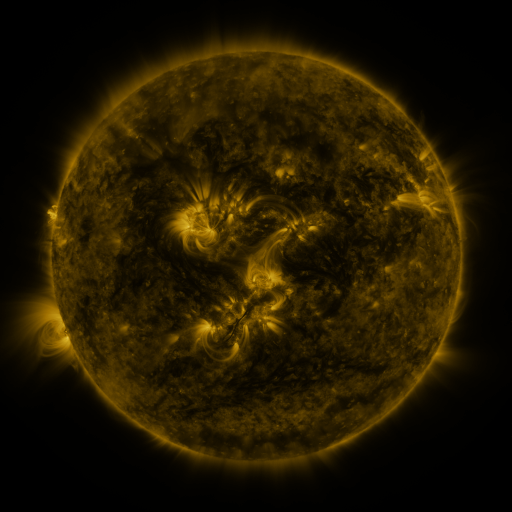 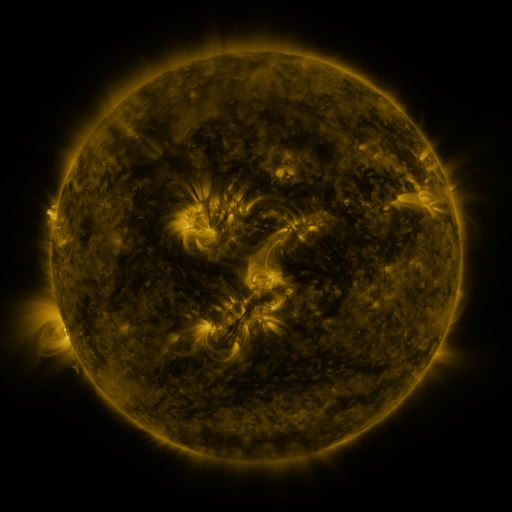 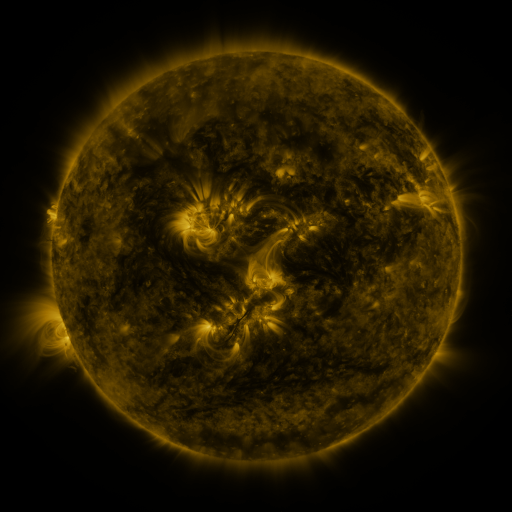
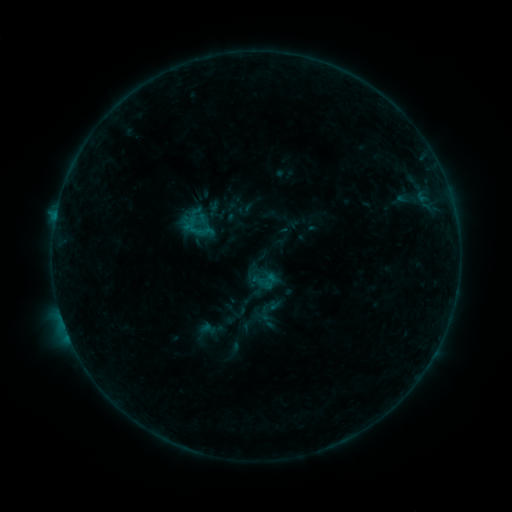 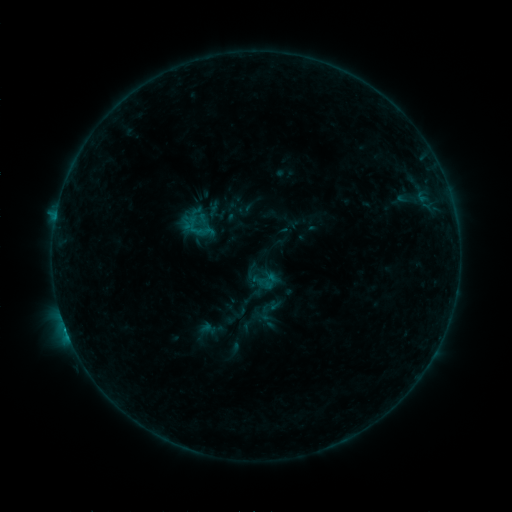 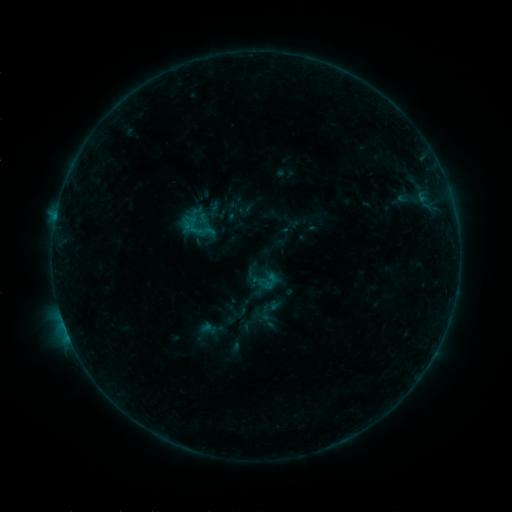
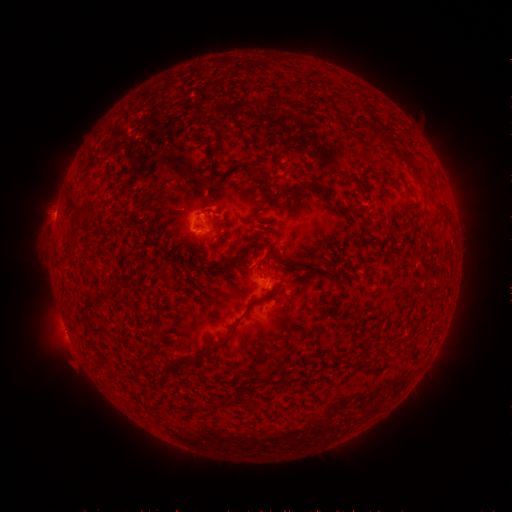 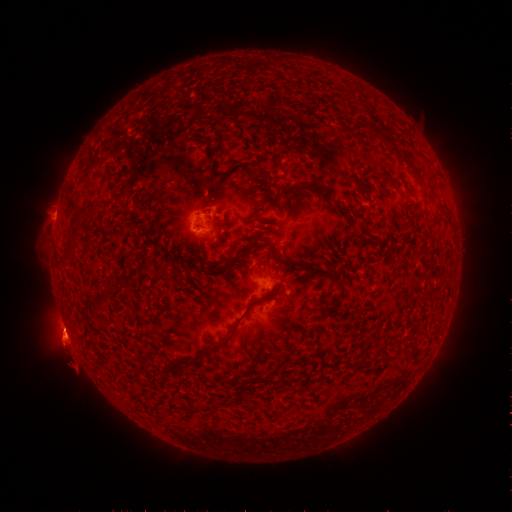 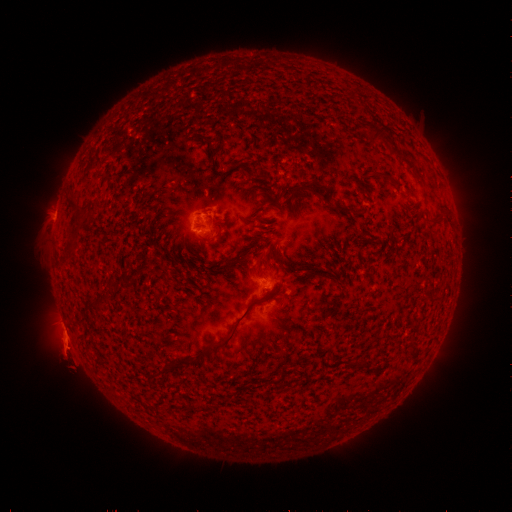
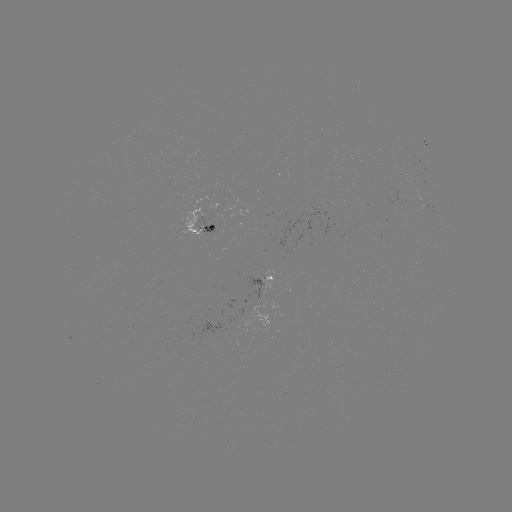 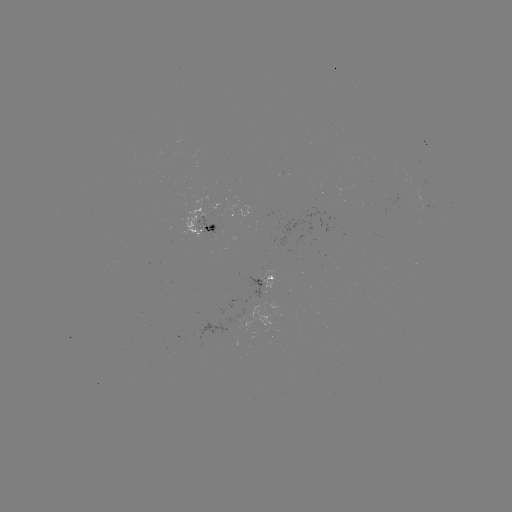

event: eruption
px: (65, 339)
